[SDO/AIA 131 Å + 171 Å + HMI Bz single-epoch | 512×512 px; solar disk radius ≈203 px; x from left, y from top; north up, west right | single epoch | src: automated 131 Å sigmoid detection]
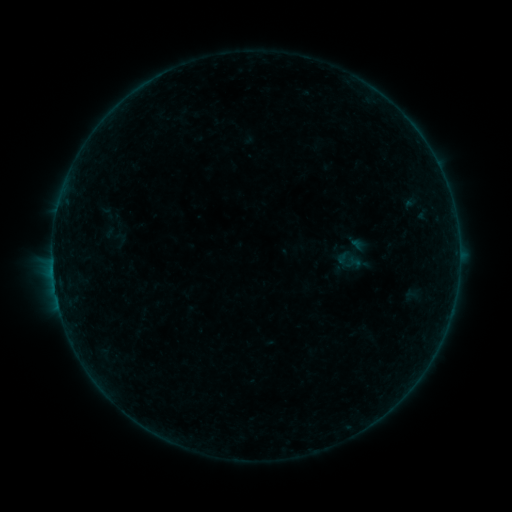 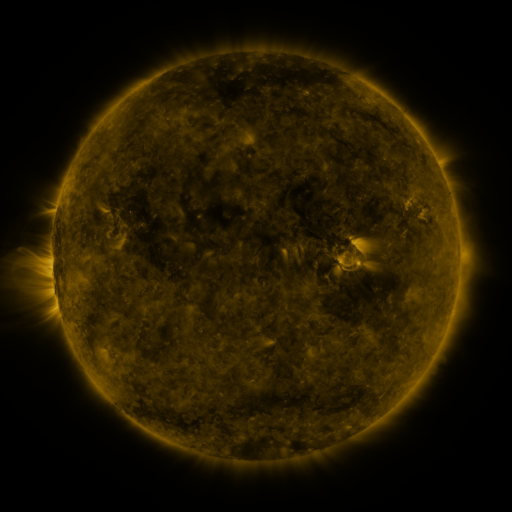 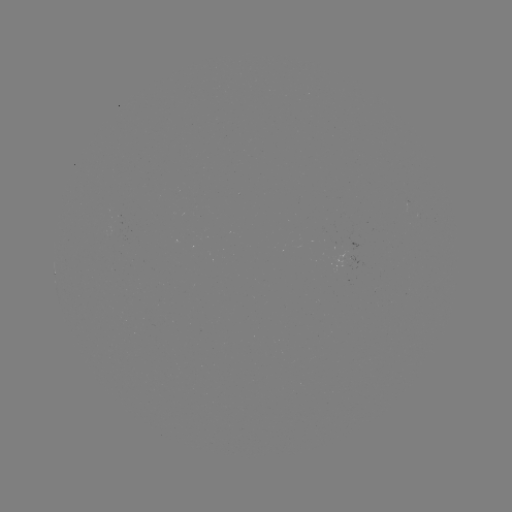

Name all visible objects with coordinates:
sigmoid: <bbox>329, 231, 379, 278</bbox>
